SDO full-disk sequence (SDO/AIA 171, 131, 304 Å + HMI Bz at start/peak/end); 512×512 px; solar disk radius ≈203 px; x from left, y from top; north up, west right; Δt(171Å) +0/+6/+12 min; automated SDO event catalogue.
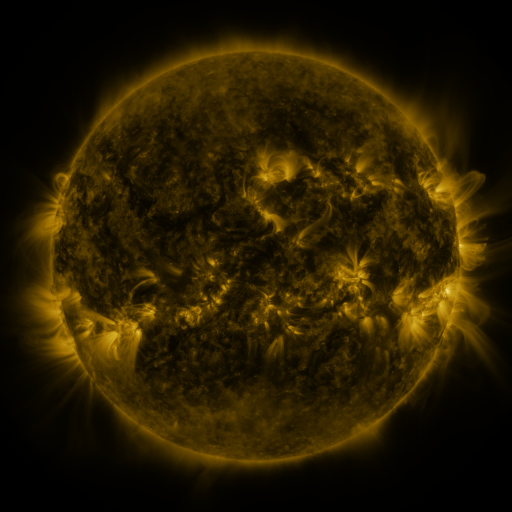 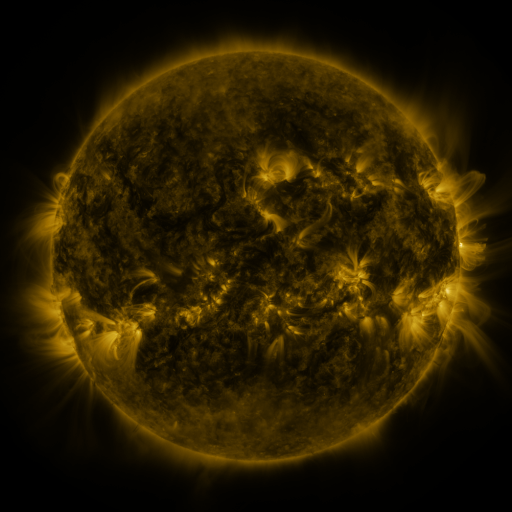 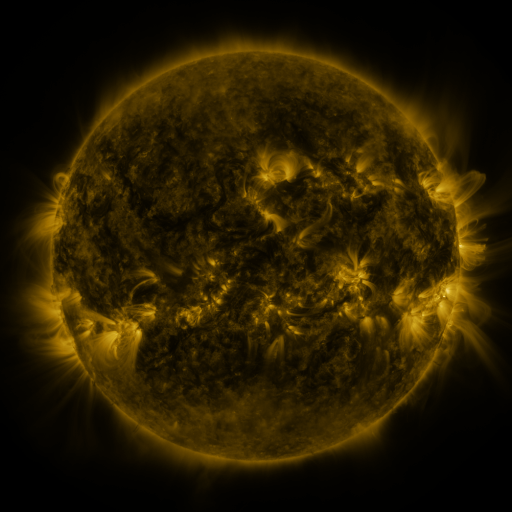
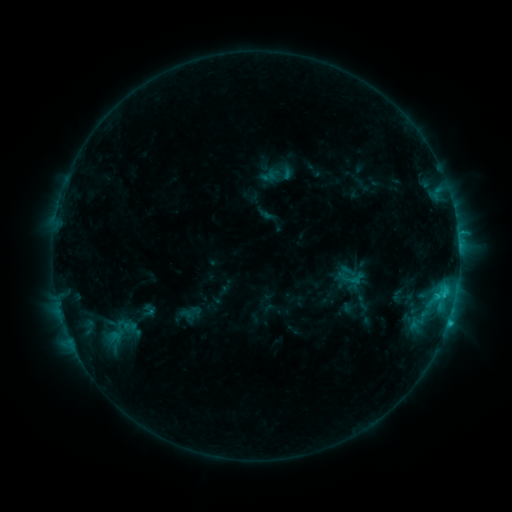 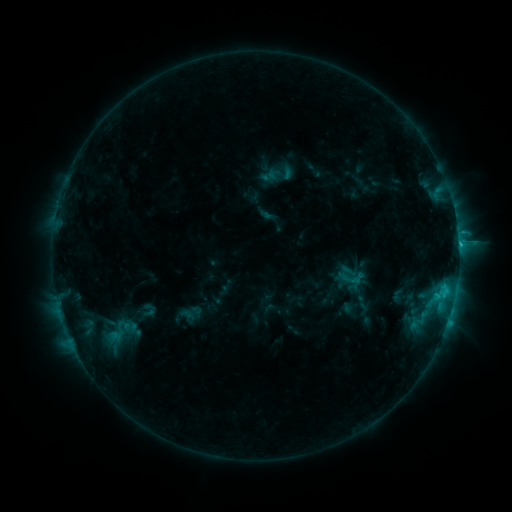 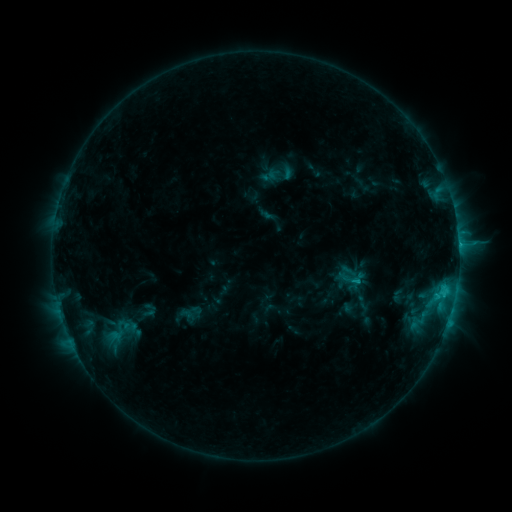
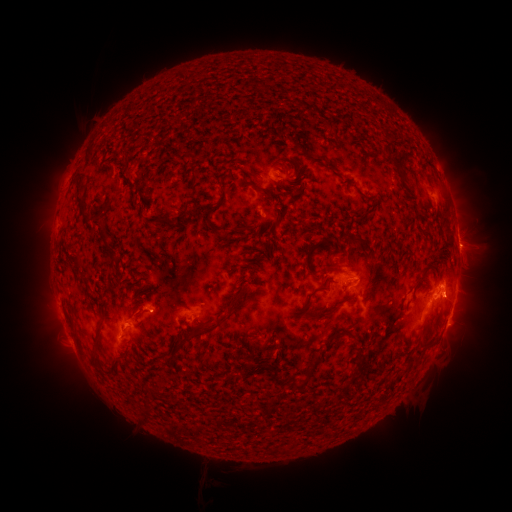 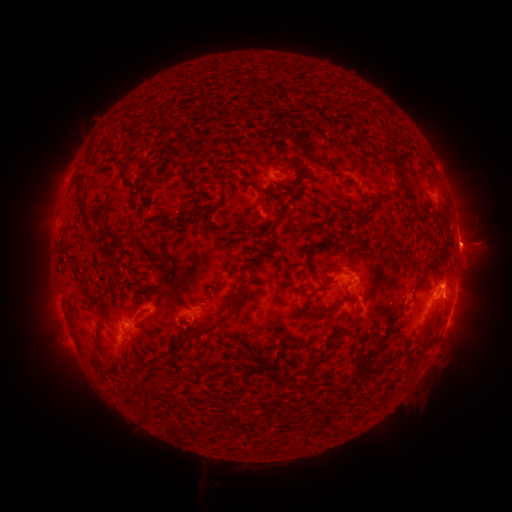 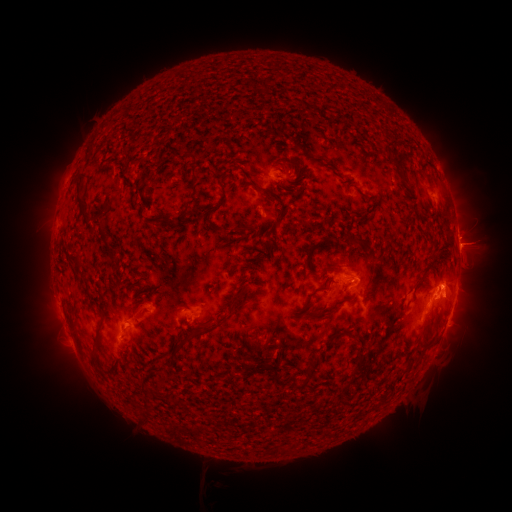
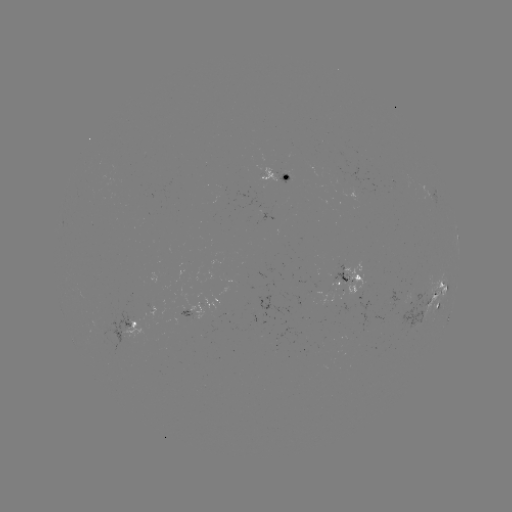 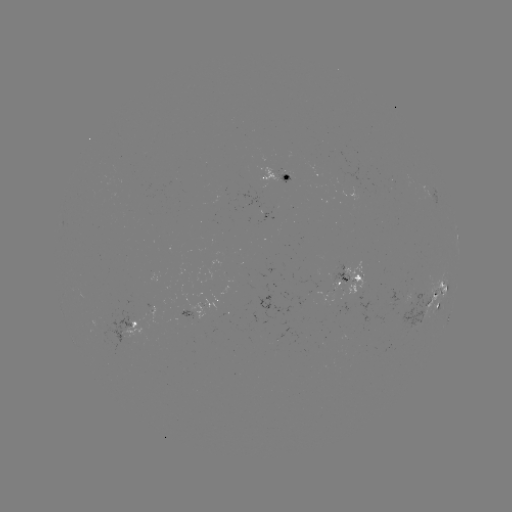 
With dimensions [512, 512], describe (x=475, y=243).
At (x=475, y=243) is eruption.